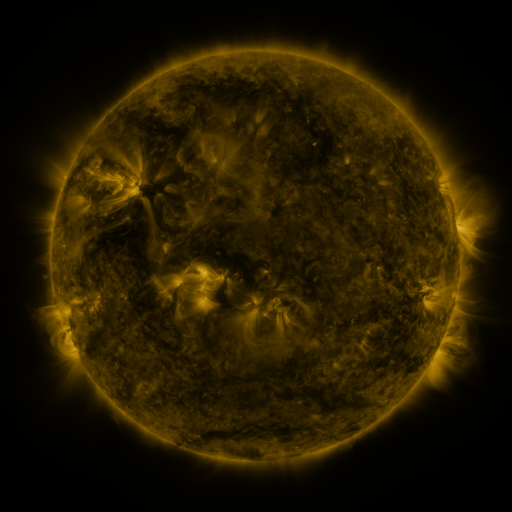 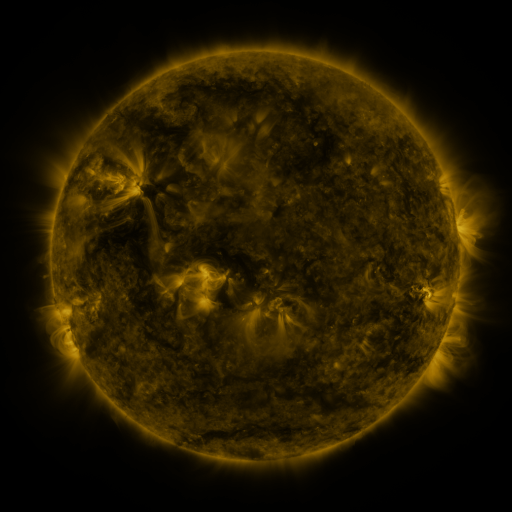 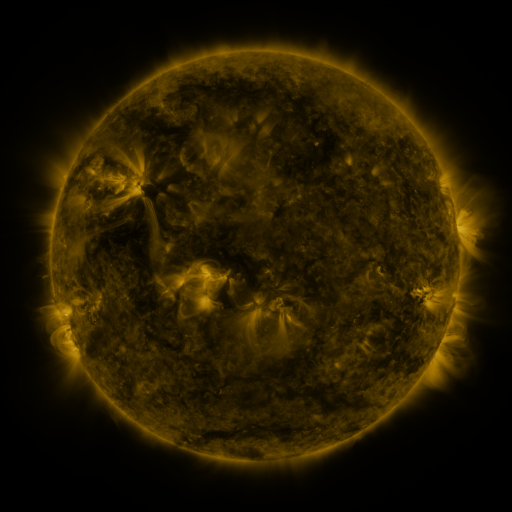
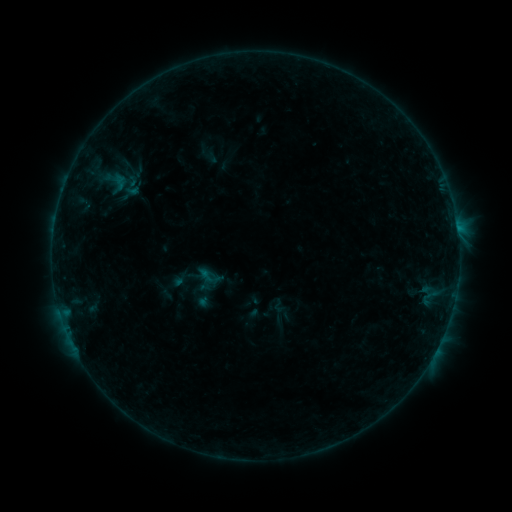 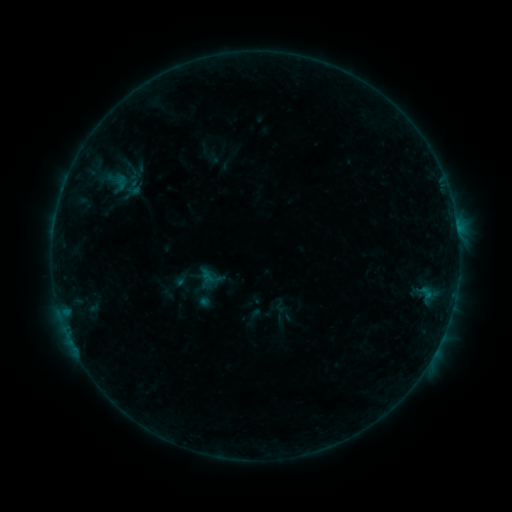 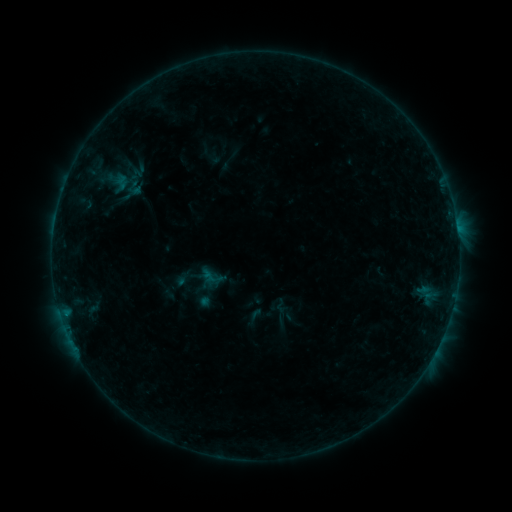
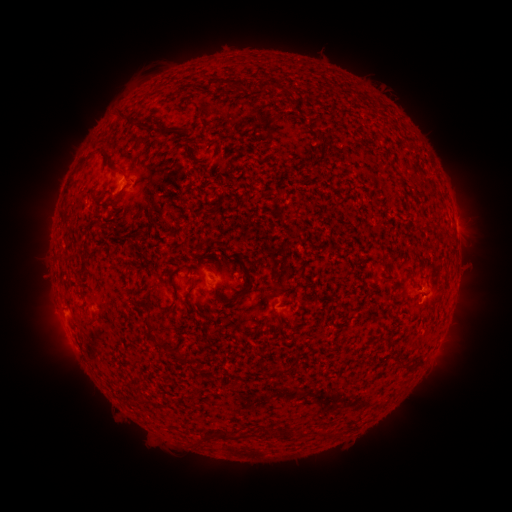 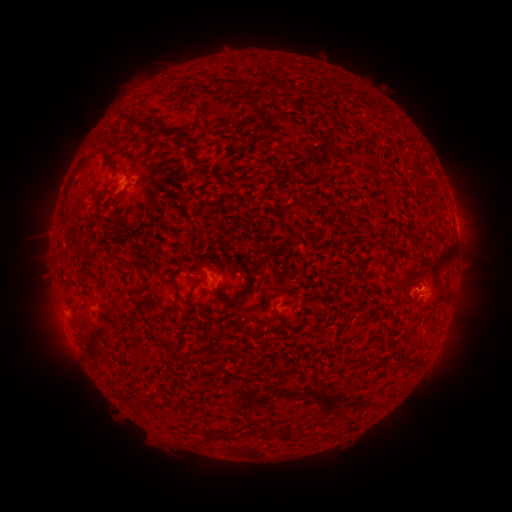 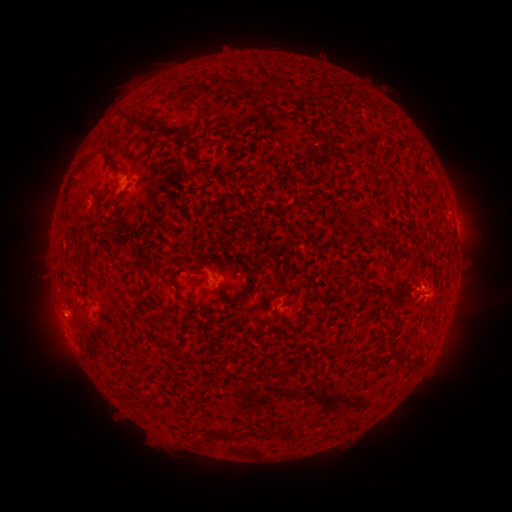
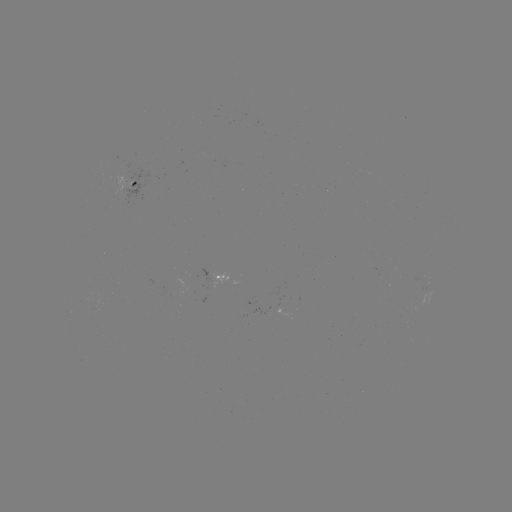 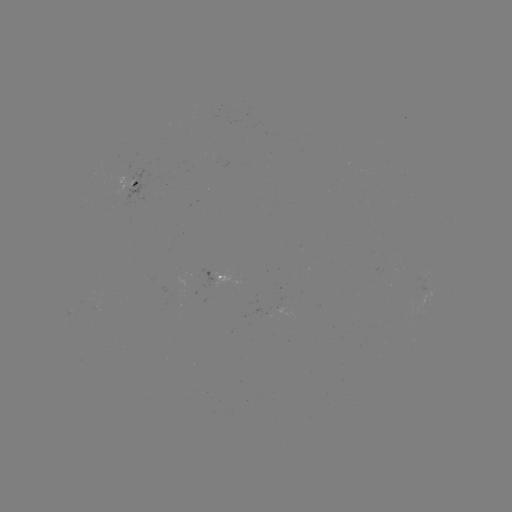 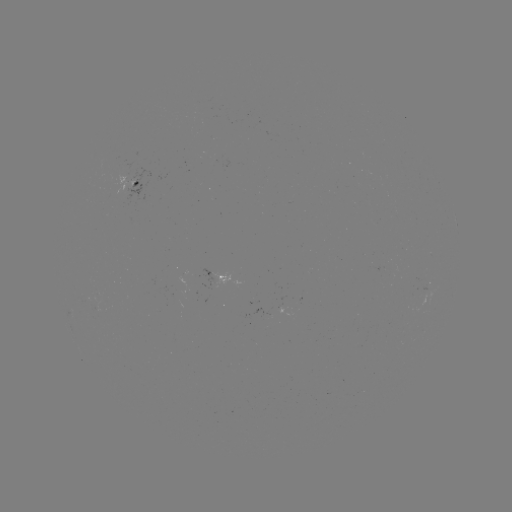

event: flare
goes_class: B2.7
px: (427, 293)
